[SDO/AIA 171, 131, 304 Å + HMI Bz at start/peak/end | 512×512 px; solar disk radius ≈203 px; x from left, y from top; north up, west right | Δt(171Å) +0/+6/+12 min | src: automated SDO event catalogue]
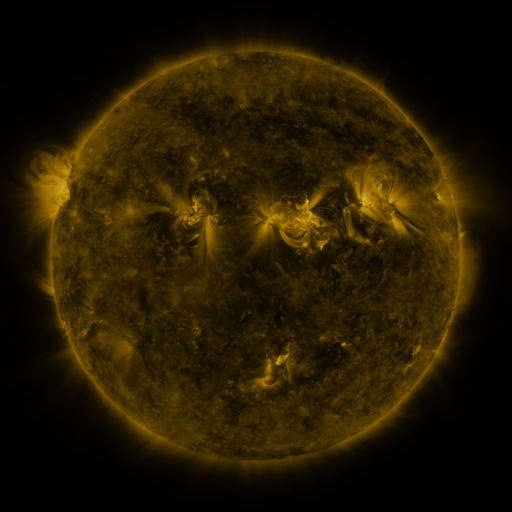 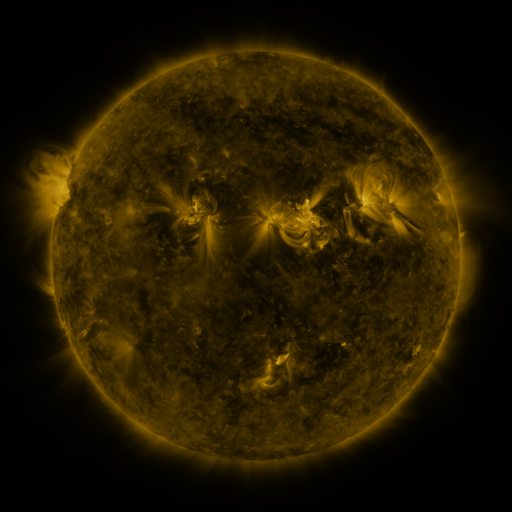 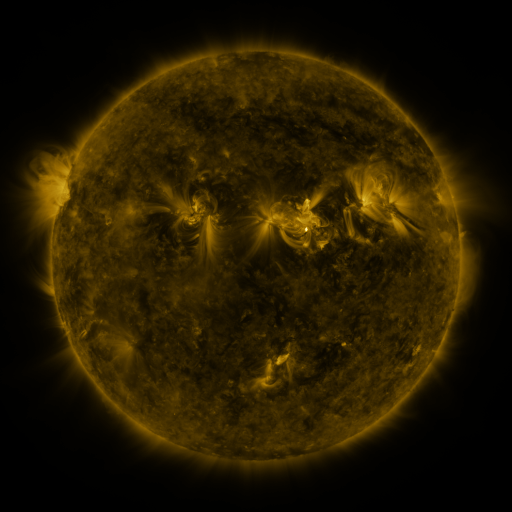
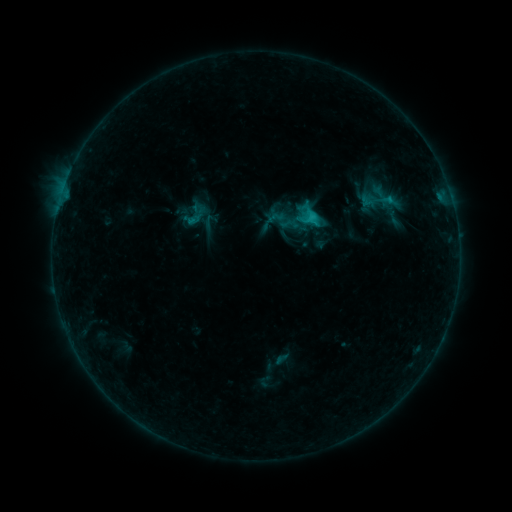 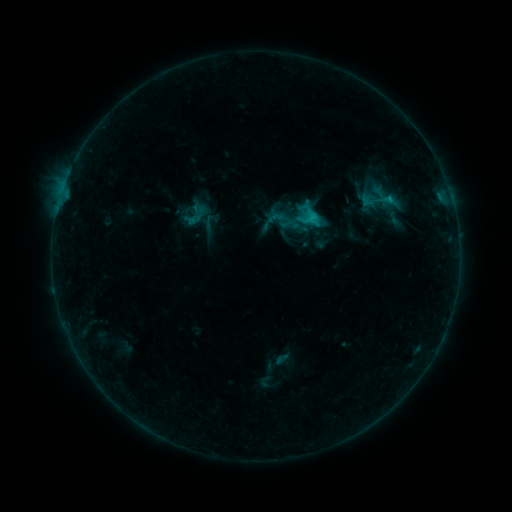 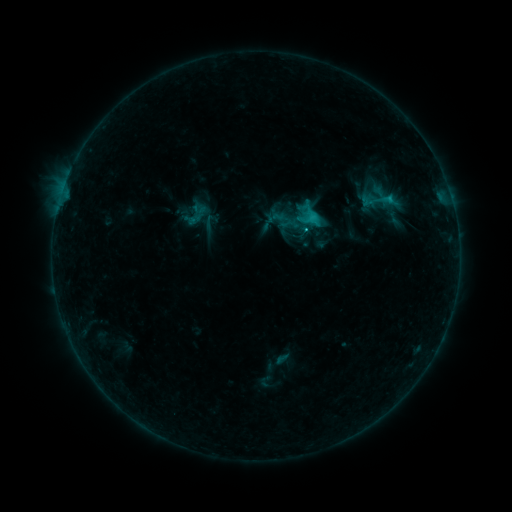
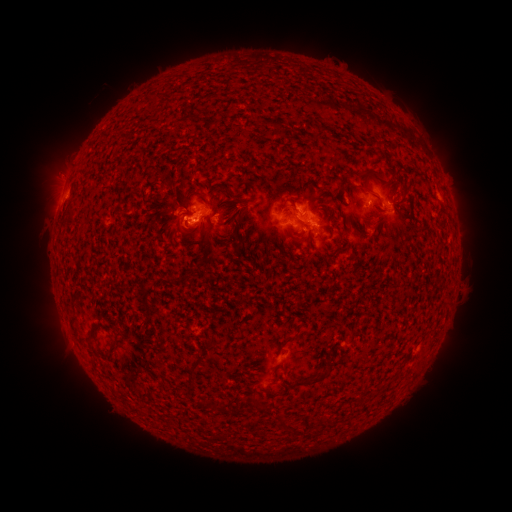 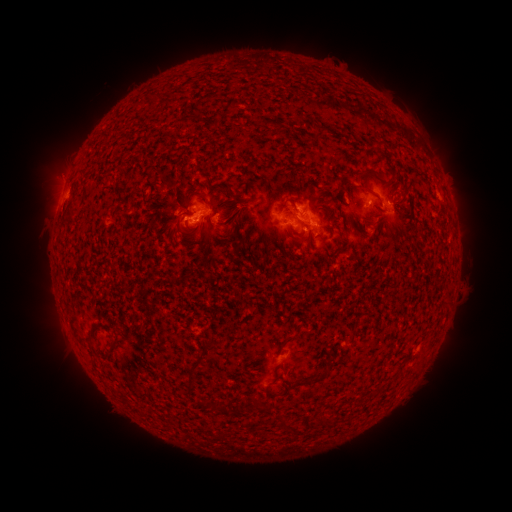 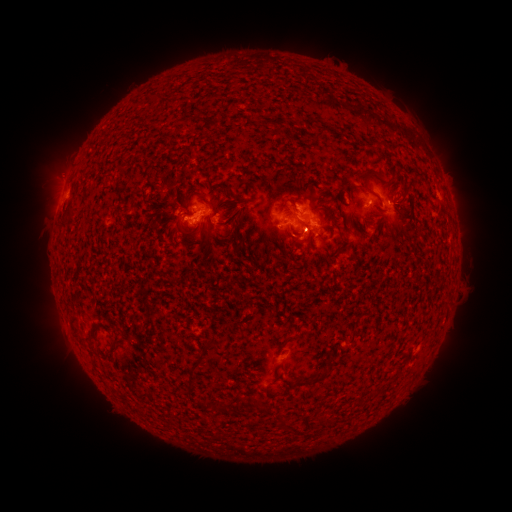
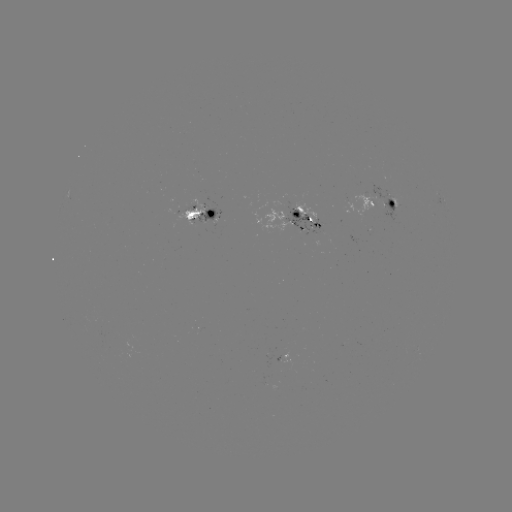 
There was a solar flare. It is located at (304, 233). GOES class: C2.0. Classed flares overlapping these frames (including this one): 1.